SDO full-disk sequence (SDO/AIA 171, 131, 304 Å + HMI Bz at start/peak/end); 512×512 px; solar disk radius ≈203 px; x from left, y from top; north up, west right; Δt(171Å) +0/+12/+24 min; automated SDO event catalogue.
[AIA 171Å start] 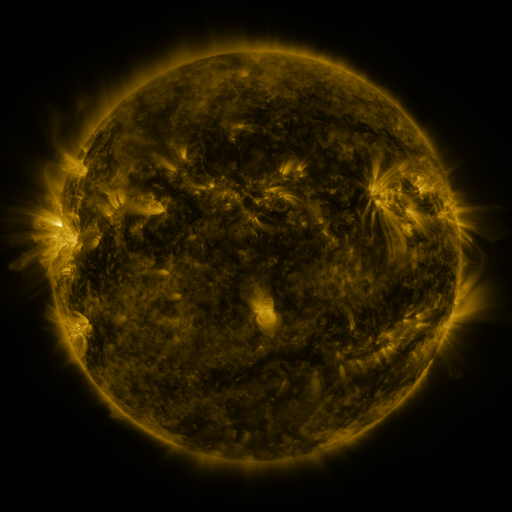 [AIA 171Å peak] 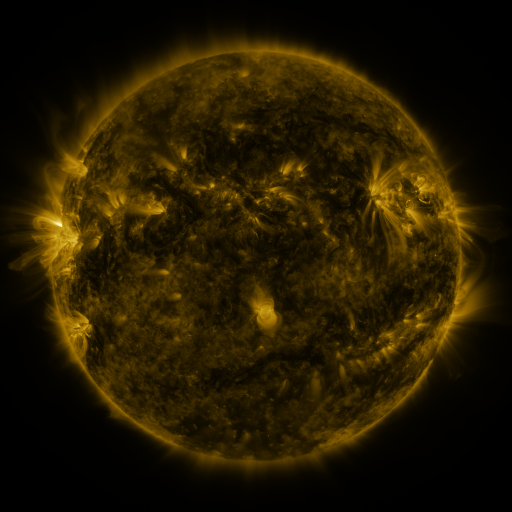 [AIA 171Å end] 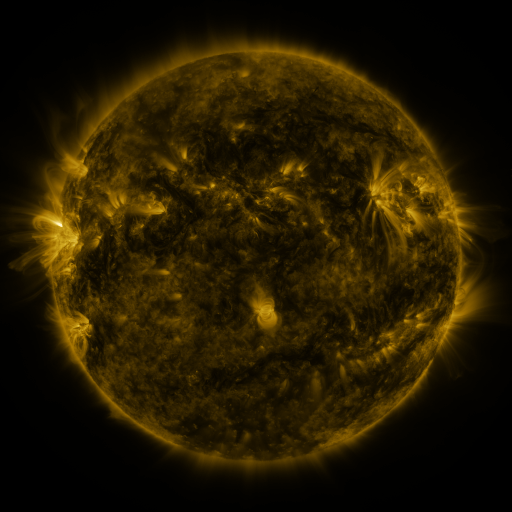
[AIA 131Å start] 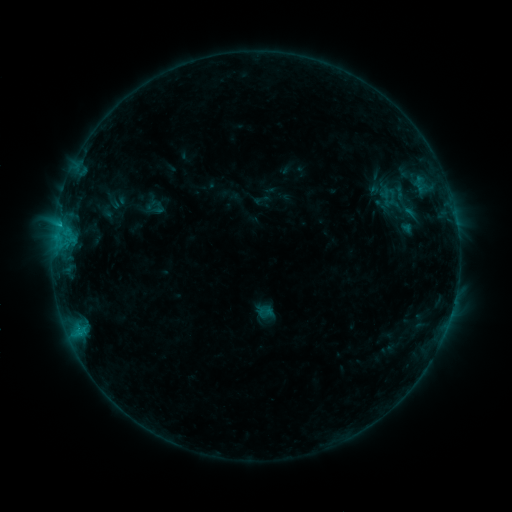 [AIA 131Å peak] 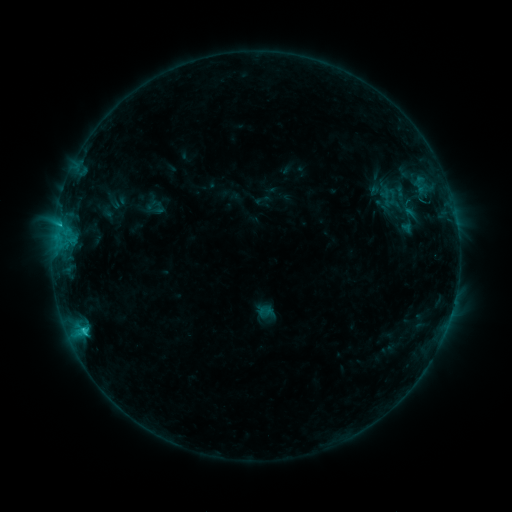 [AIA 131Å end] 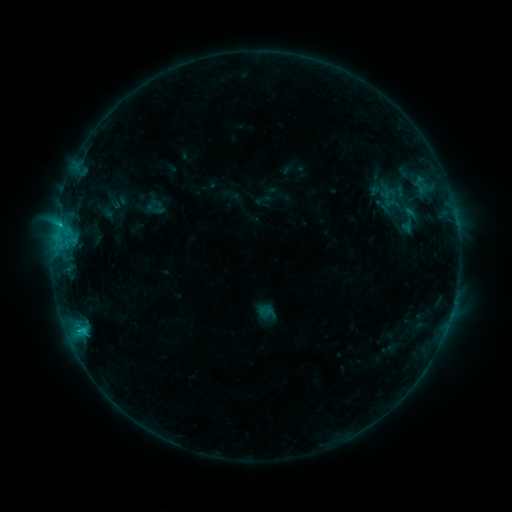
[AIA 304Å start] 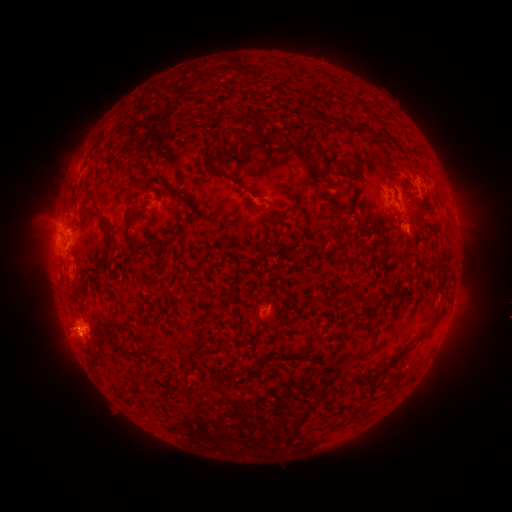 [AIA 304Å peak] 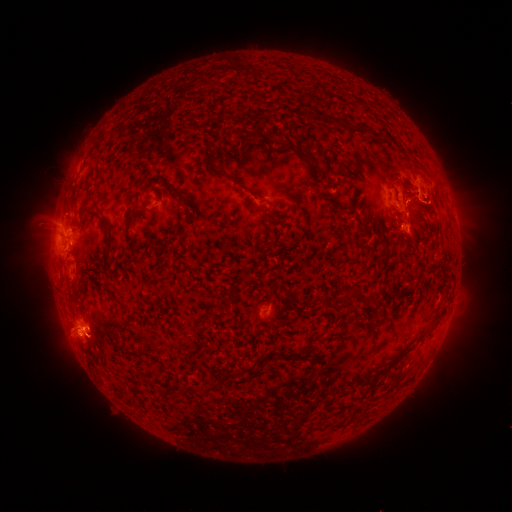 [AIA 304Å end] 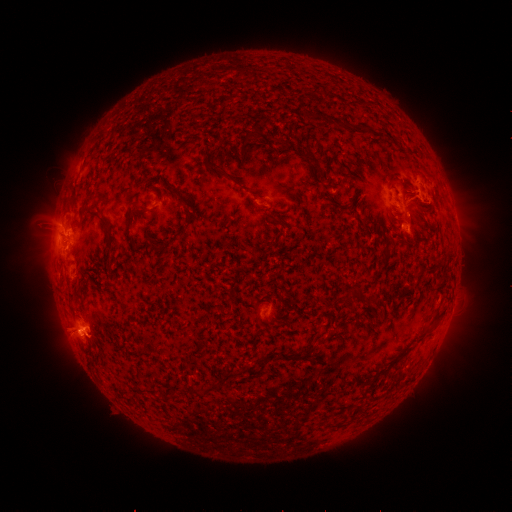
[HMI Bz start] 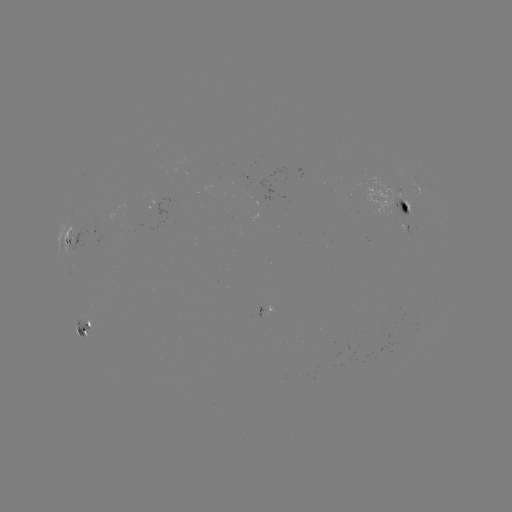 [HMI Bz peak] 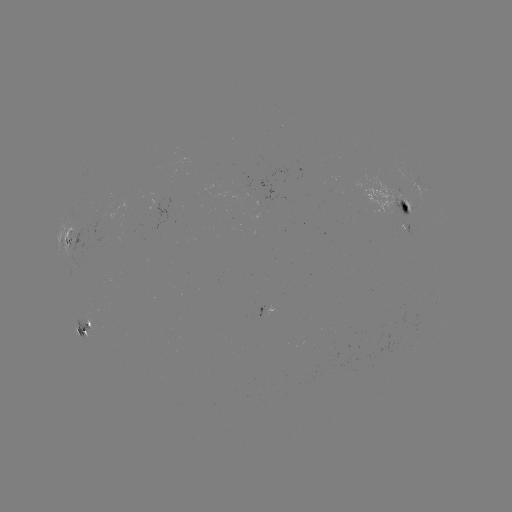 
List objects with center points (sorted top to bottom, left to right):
C1.4 flare: (84, 329)
